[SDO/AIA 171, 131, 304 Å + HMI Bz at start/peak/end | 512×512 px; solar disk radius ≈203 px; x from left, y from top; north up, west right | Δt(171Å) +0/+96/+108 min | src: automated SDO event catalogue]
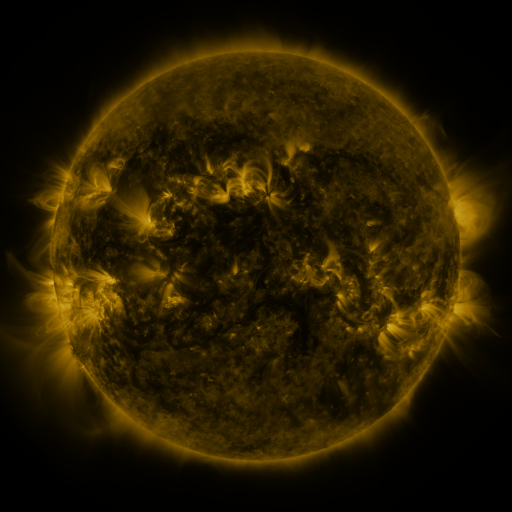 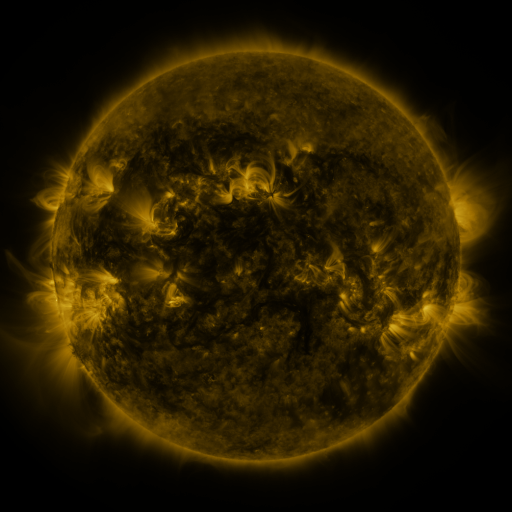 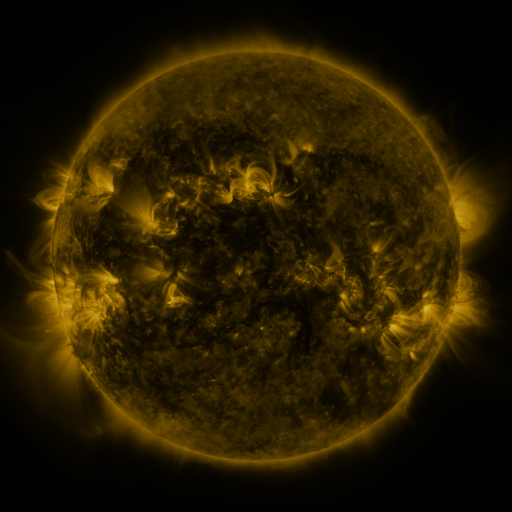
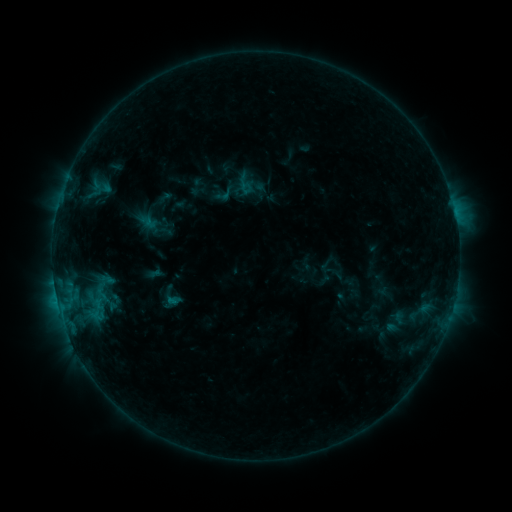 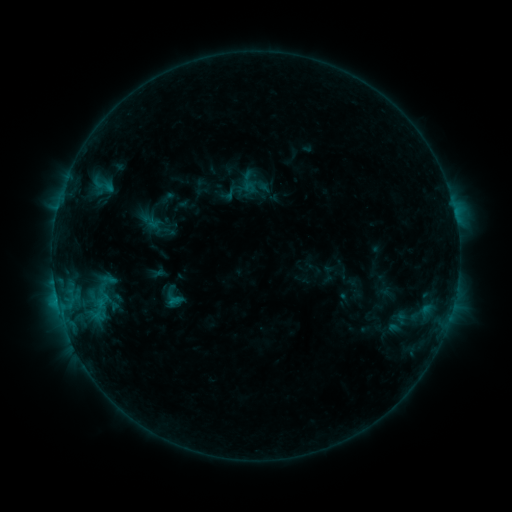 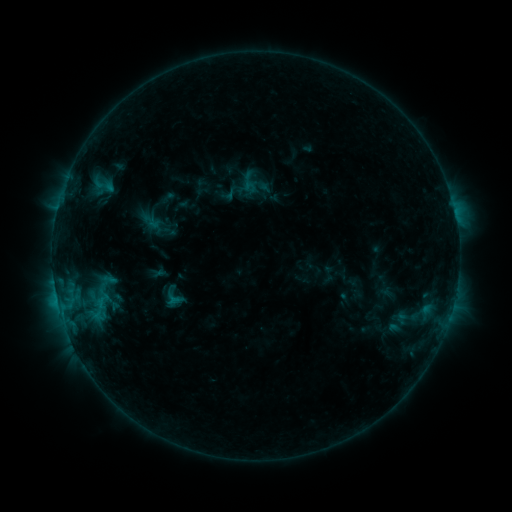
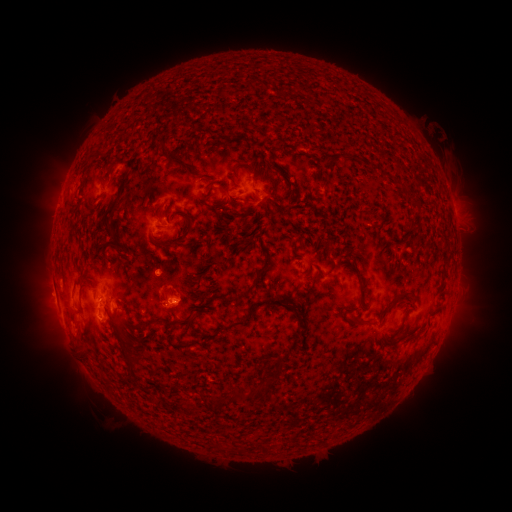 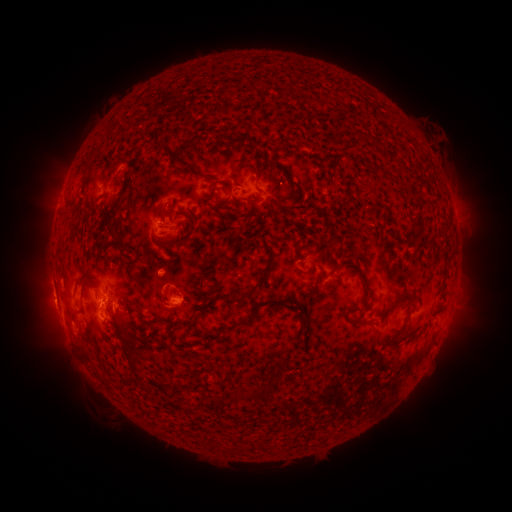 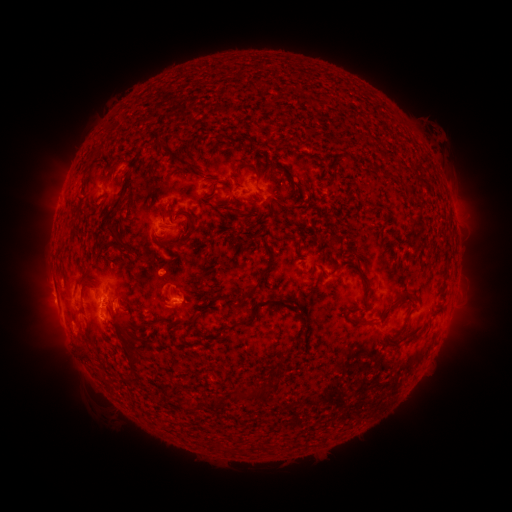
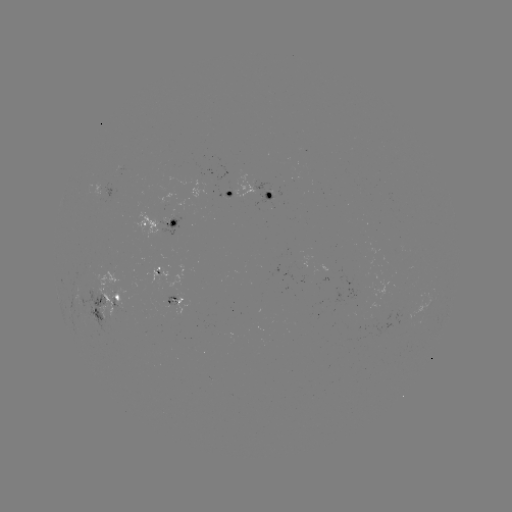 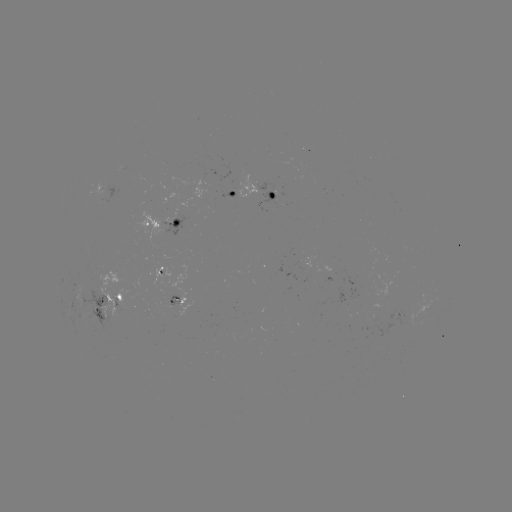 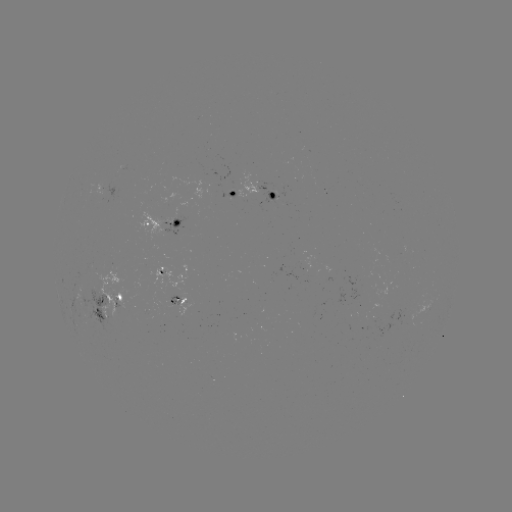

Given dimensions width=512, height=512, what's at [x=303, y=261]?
emerging-flux region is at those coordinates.